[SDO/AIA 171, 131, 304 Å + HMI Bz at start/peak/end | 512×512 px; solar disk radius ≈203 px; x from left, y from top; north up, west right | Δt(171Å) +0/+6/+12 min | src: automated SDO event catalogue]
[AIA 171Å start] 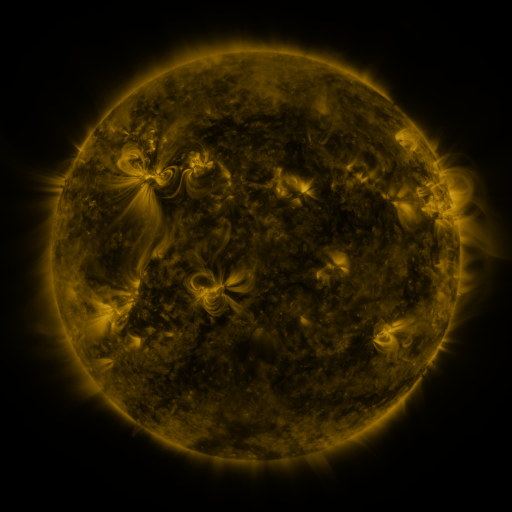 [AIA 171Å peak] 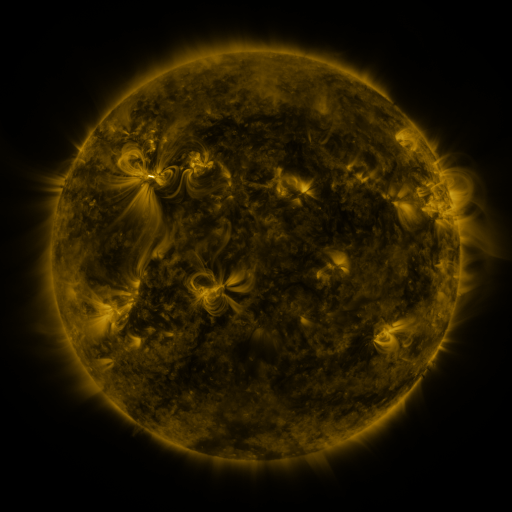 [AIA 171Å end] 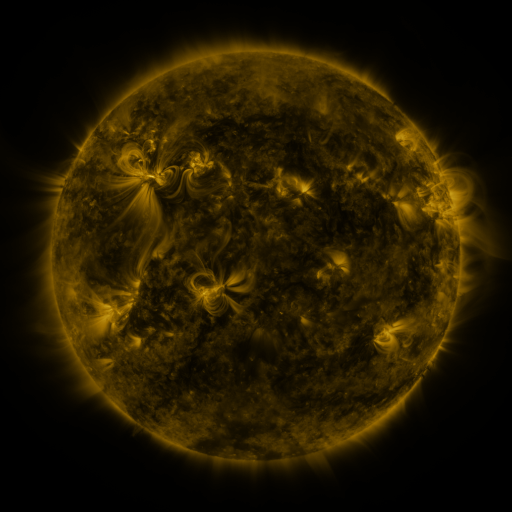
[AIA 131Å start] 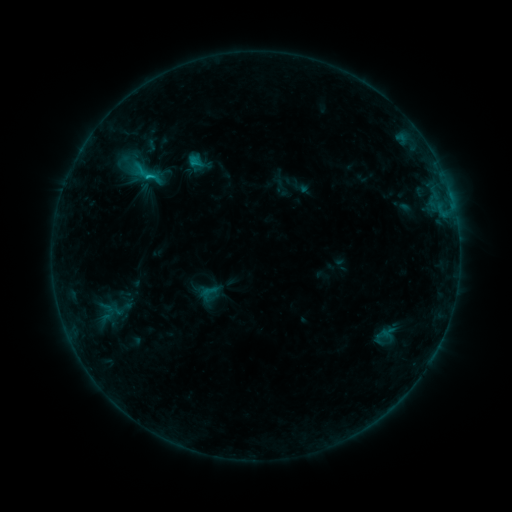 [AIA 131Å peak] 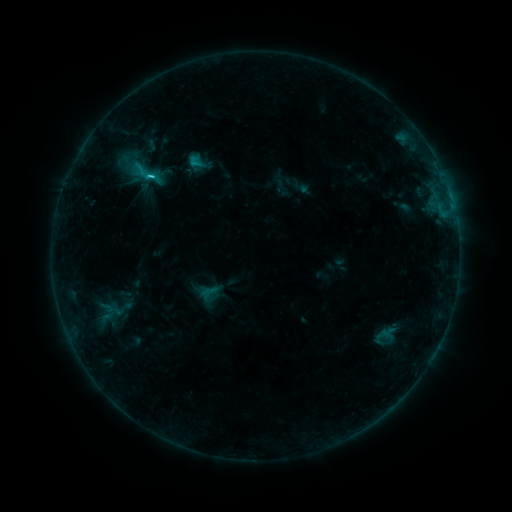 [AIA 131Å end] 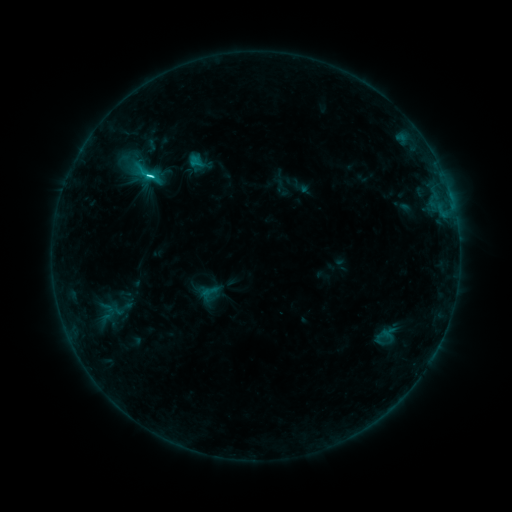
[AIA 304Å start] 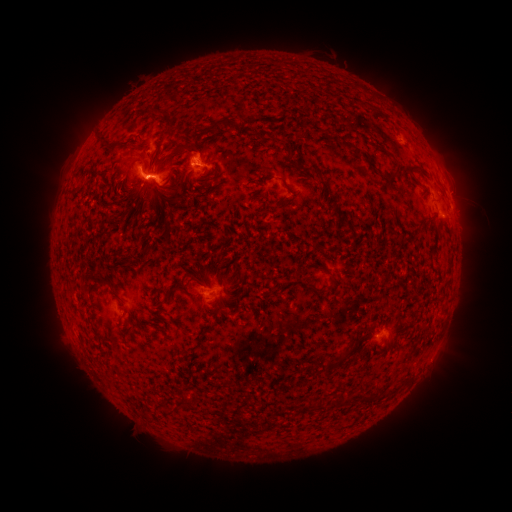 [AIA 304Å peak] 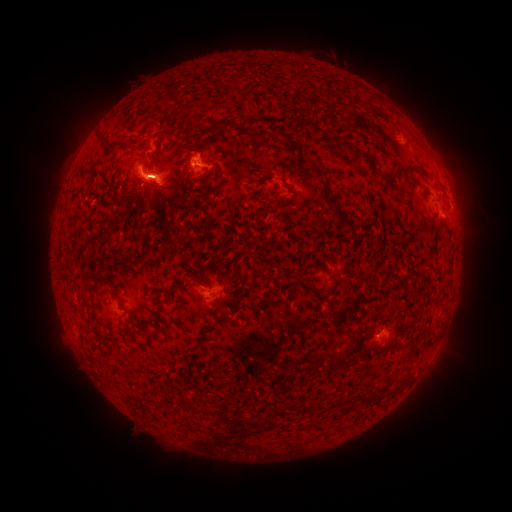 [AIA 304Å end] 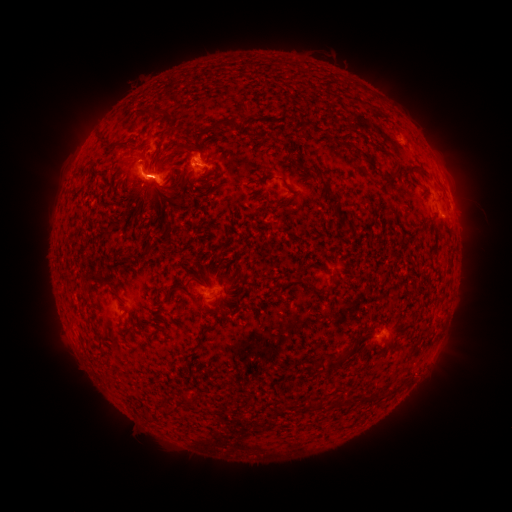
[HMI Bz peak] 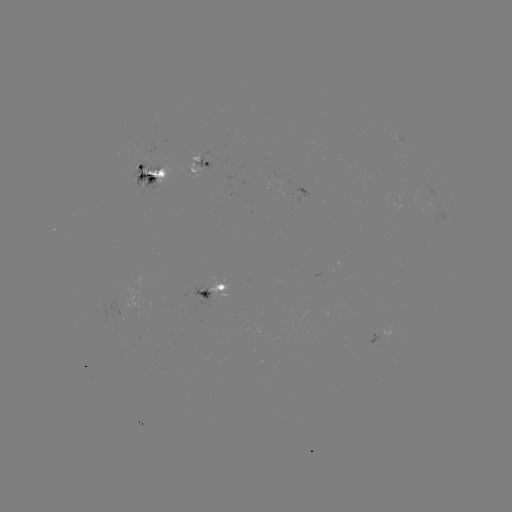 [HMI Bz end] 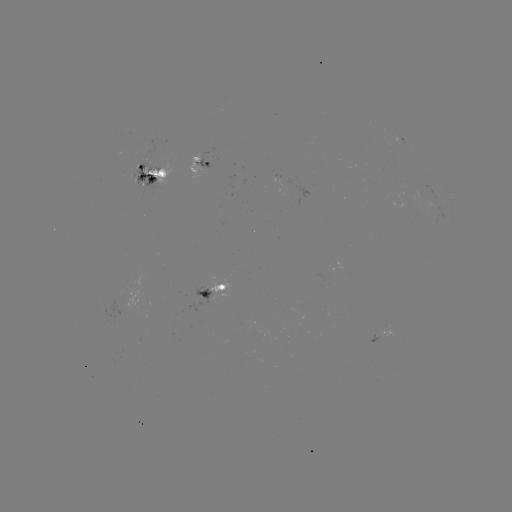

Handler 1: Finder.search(C4.2 flare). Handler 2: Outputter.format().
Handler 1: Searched C4.2 flare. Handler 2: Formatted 152,175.